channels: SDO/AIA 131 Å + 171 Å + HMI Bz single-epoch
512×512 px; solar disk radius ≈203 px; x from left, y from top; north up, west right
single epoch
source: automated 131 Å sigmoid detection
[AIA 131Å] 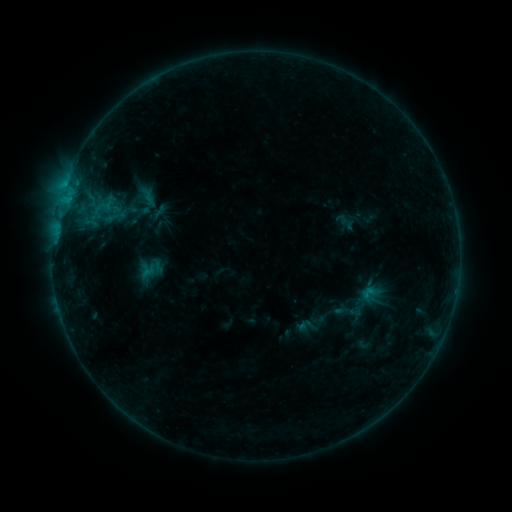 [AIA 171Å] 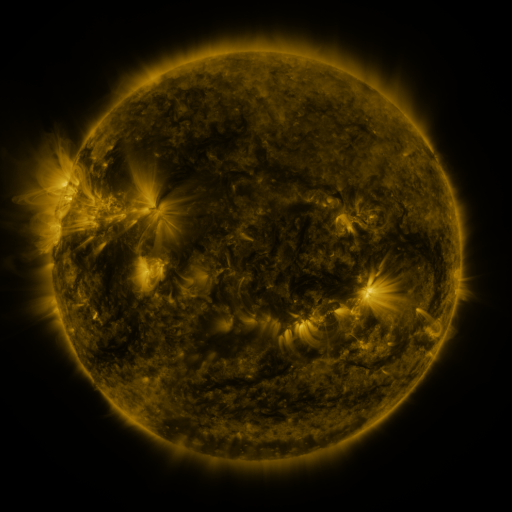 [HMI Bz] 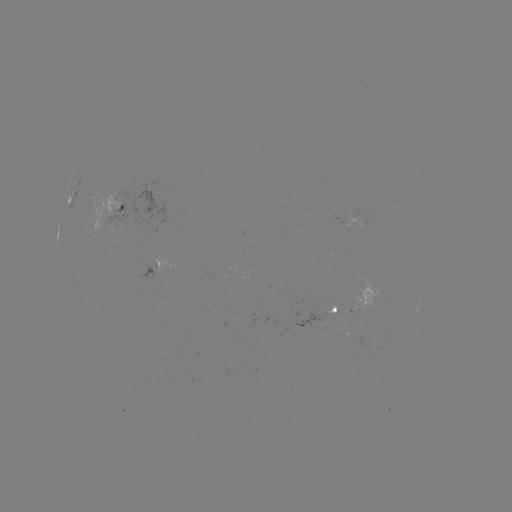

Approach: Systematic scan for sigmoid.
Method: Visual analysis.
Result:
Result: sigmoid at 370,293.